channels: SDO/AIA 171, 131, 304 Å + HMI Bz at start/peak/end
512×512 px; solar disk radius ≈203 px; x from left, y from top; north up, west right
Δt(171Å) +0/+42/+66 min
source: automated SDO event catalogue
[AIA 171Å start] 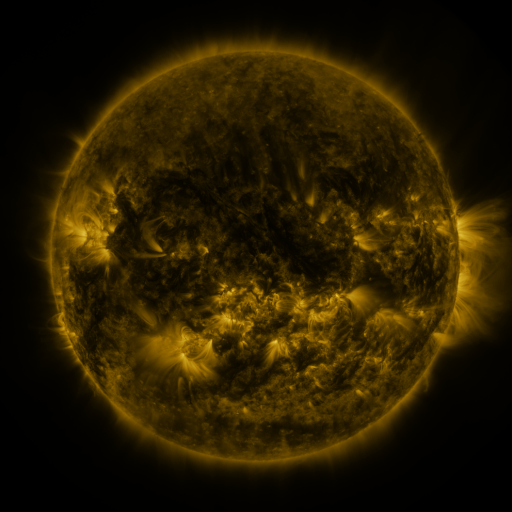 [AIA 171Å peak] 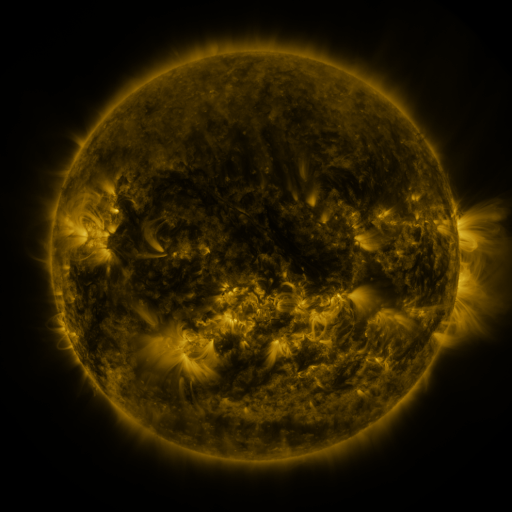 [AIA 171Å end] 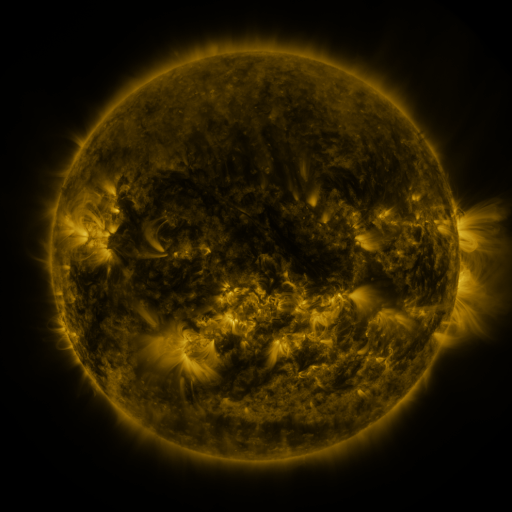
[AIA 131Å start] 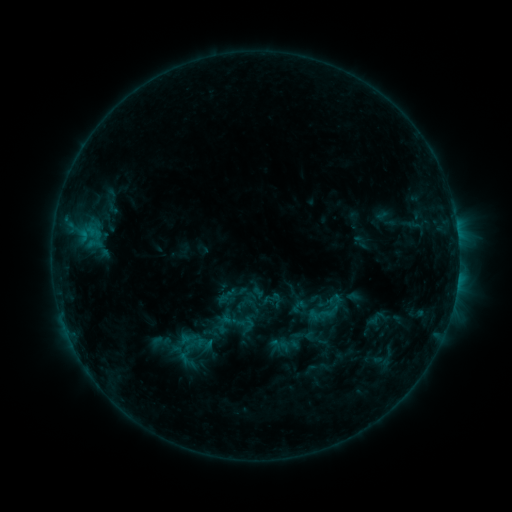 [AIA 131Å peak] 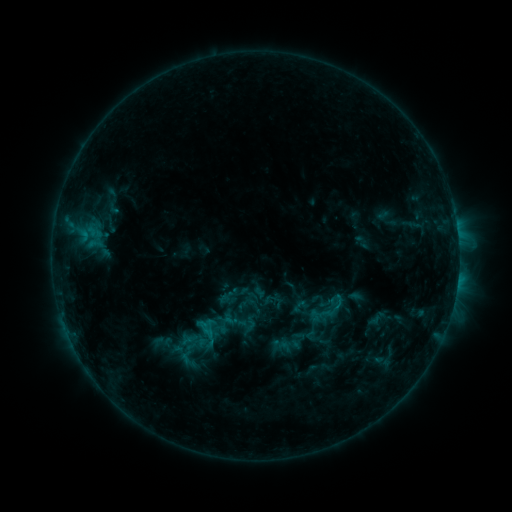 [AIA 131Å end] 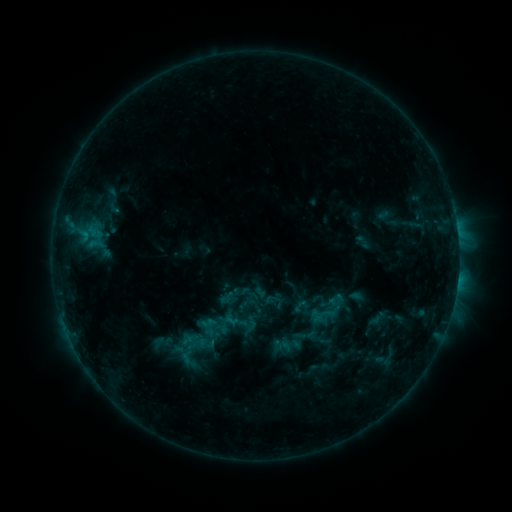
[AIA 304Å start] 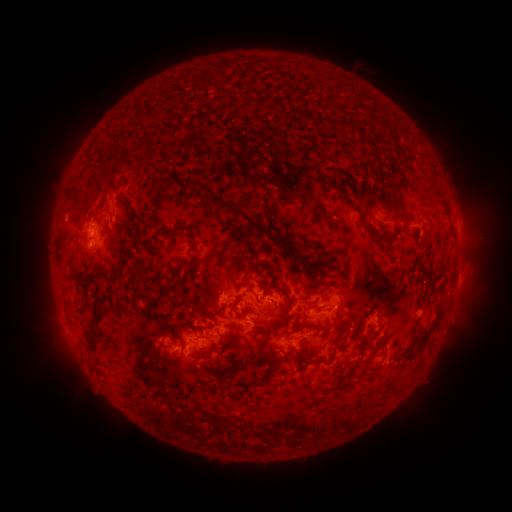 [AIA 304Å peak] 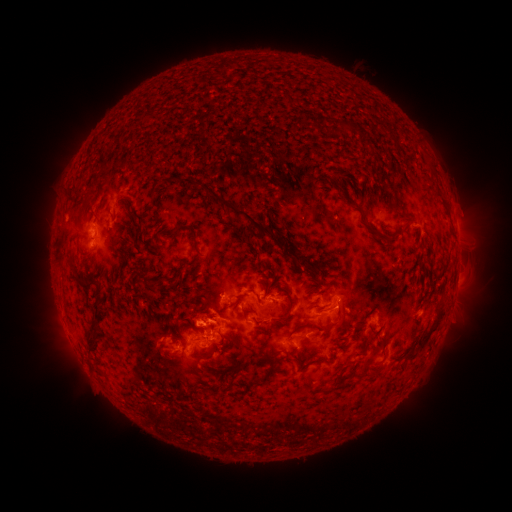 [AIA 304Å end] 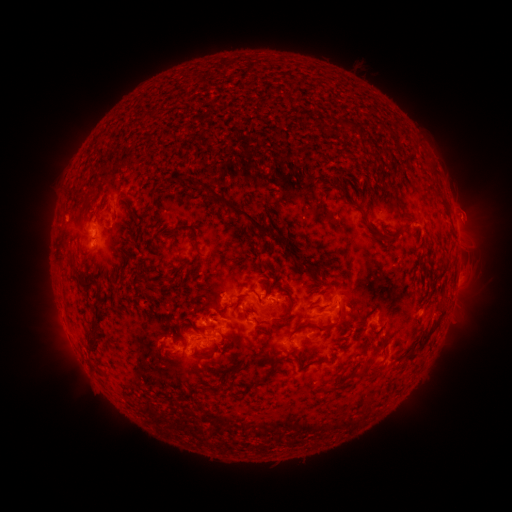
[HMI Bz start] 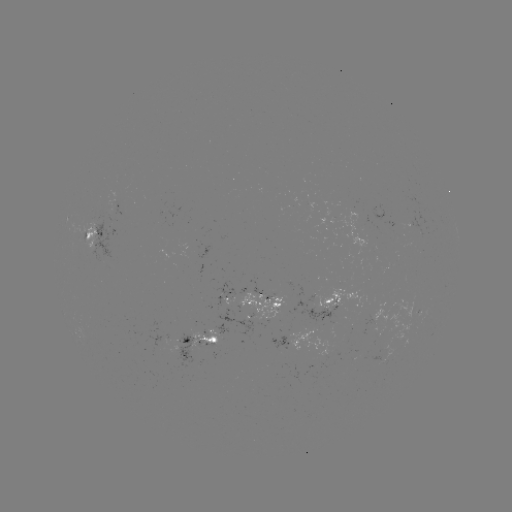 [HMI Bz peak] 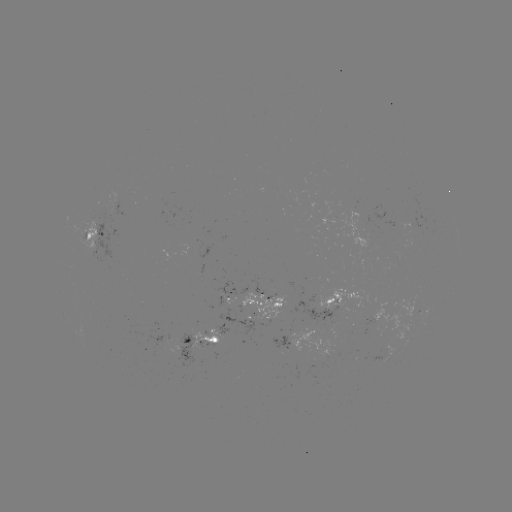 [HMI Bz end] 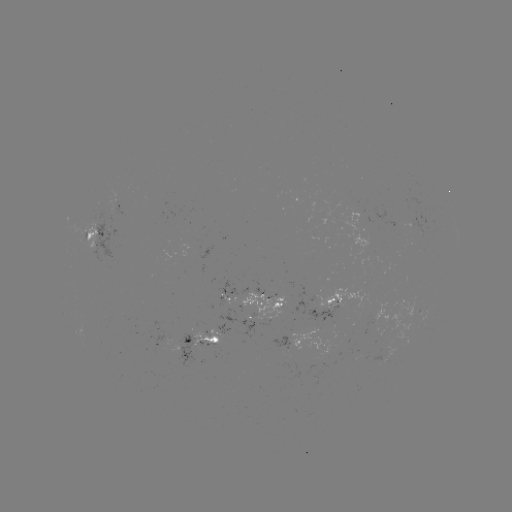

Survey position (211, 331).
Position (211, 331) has C1.2 flare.